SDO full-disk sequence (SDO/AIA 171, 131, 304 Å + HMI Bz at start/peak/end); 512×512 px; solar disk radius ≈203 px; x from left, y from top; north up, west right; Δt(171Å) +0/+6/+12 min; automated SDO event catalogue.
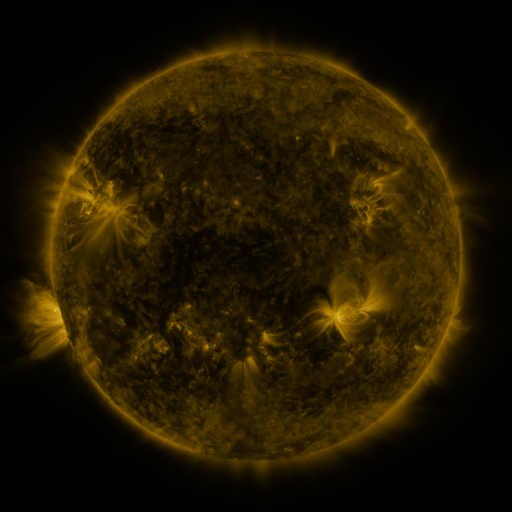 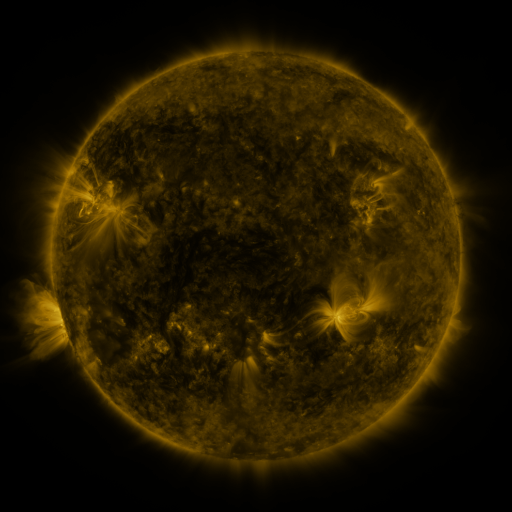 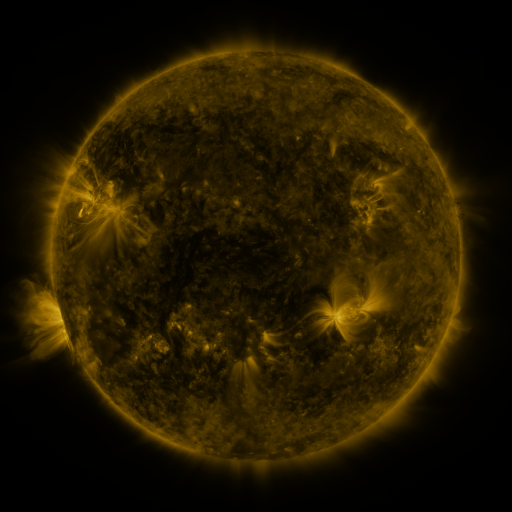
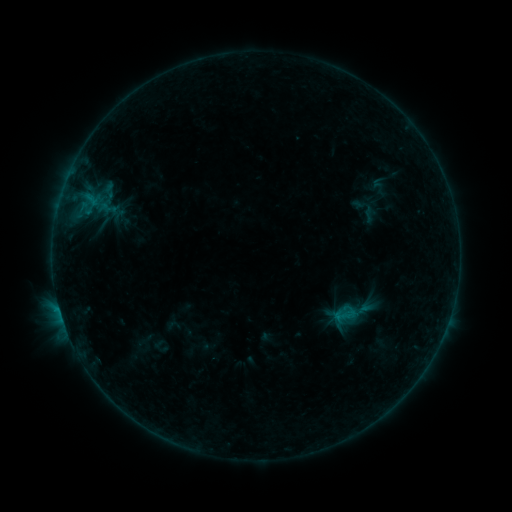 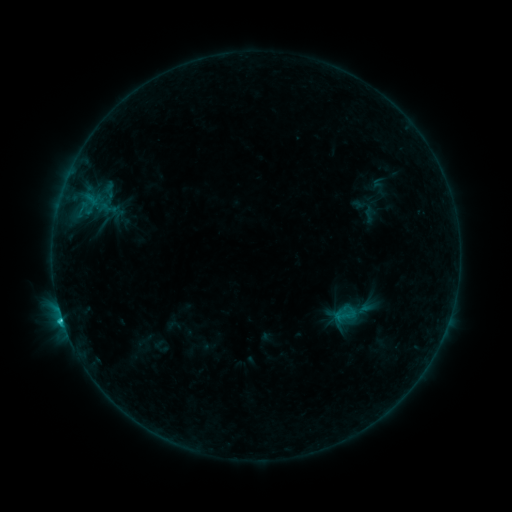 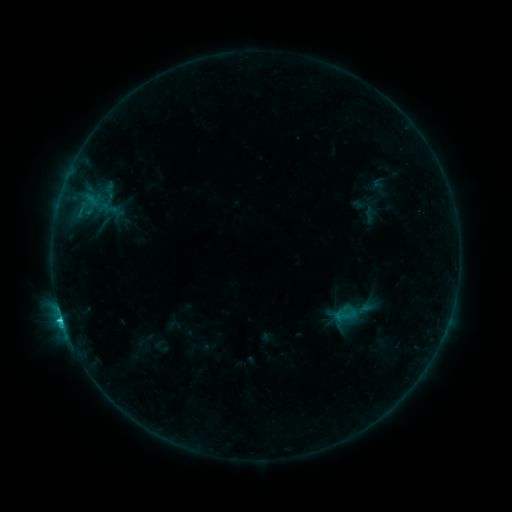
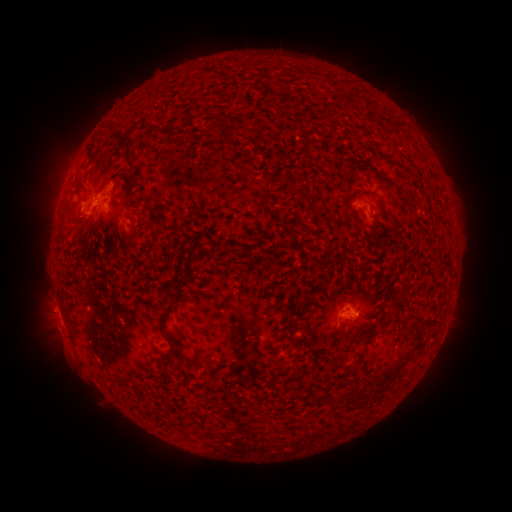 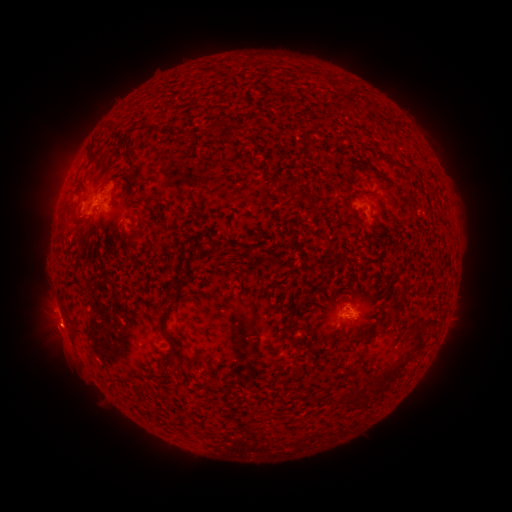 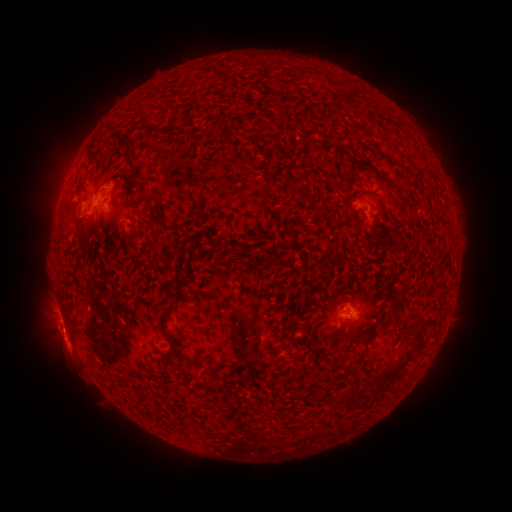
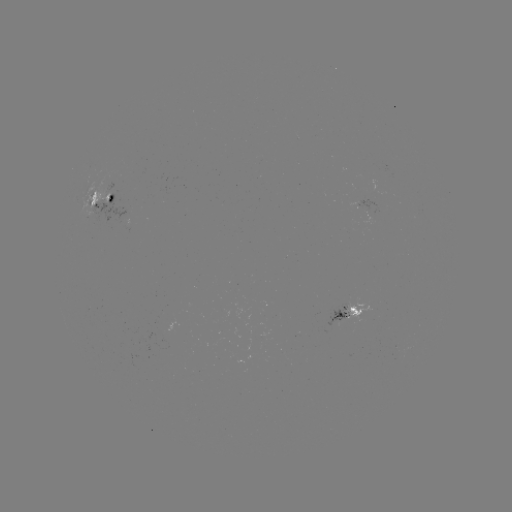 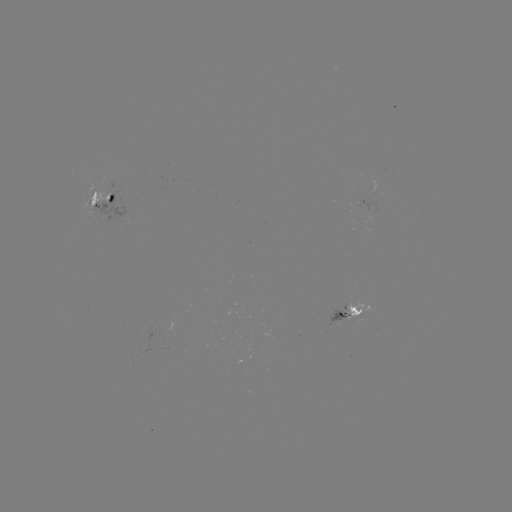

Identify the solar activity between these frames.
C1.8 flare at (62, 318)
